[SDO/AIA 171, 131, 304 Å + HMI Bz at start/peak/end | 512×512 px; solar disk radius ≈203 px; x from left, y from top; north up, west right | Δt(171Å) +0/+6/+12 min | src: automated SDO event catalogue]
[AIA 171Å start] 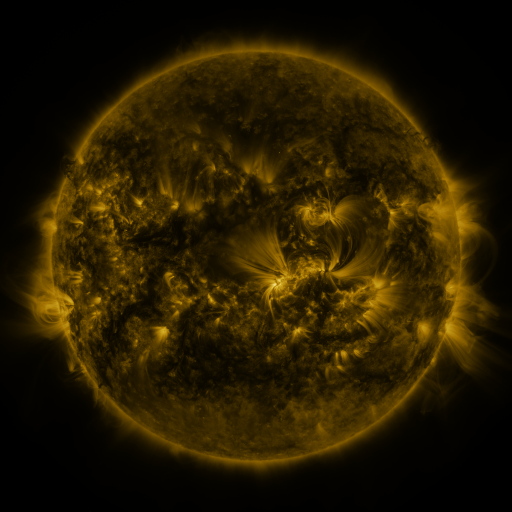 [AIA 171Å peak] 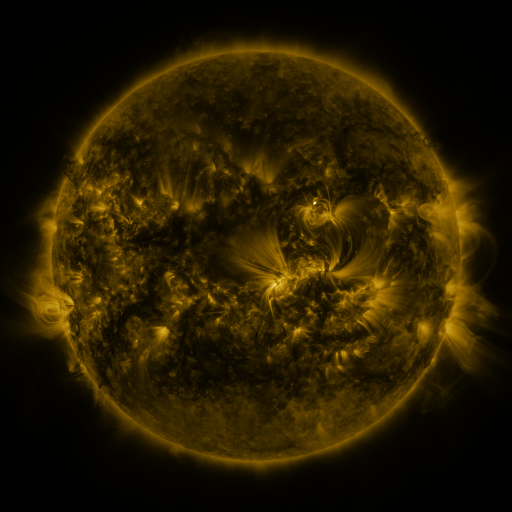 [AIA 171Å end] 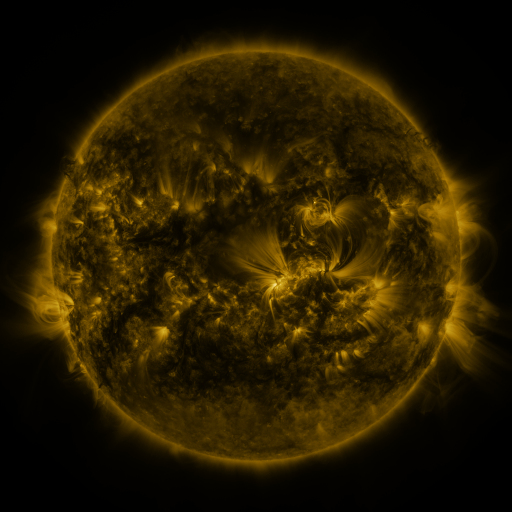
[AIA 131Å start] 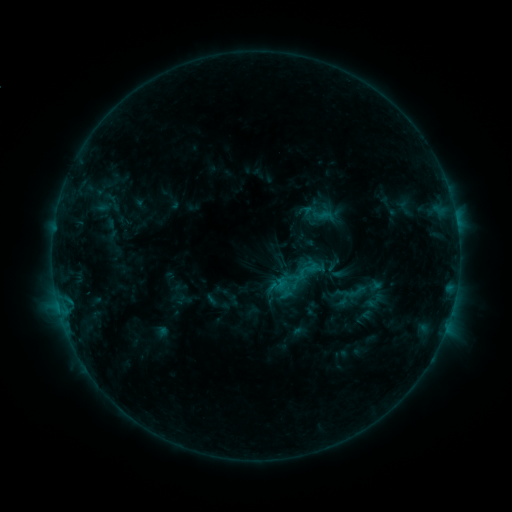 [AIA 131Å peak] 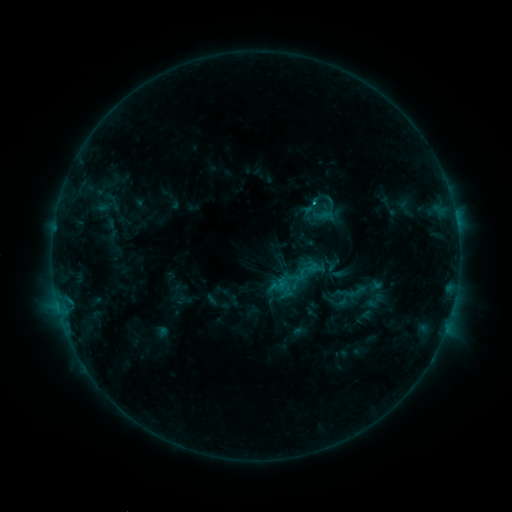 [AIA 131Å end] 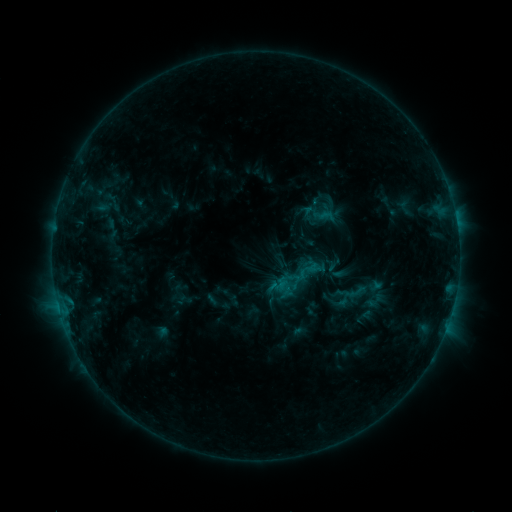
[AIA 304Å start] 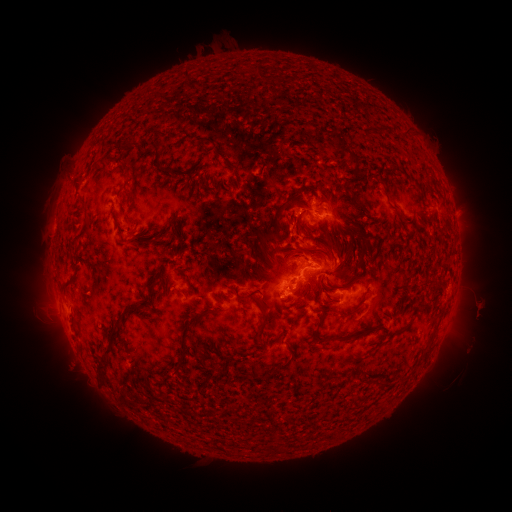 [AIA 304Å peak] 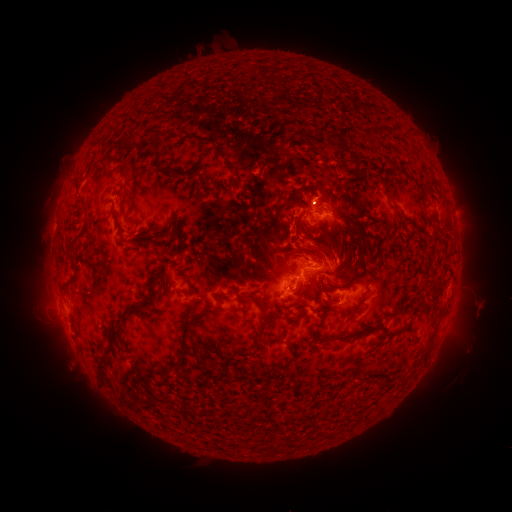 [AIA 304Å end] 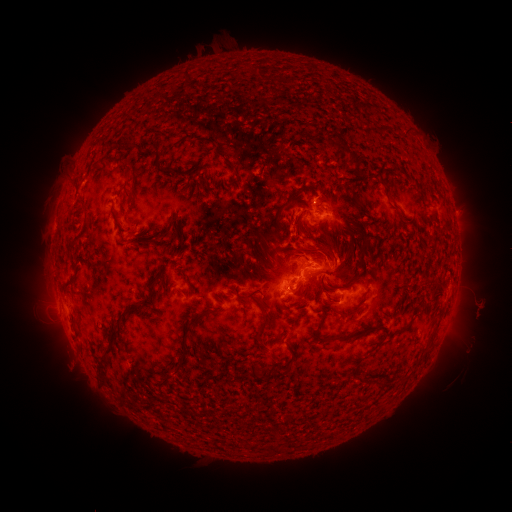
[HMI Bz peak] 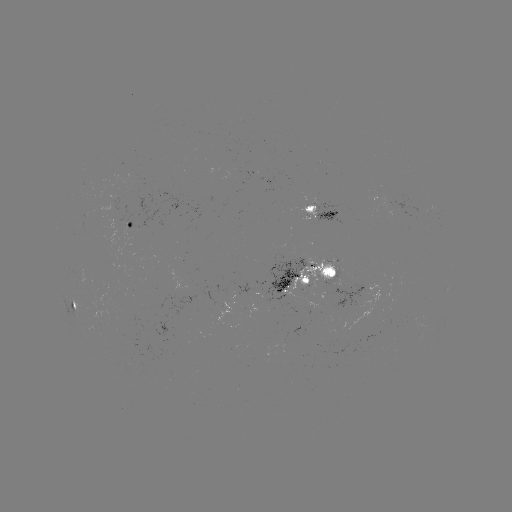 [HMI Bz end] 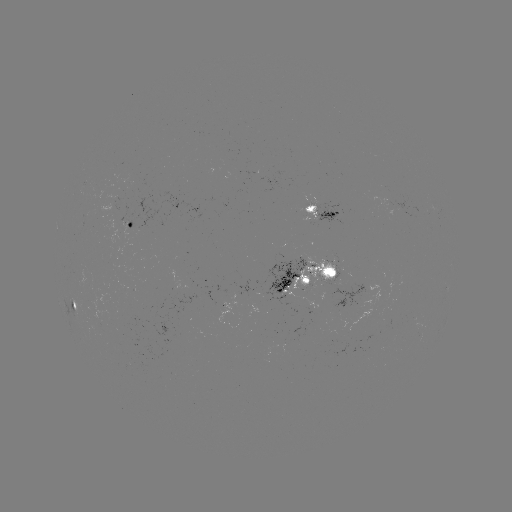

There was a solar flare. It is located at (314, 204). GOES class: C1.4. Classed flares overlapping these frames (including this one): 1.